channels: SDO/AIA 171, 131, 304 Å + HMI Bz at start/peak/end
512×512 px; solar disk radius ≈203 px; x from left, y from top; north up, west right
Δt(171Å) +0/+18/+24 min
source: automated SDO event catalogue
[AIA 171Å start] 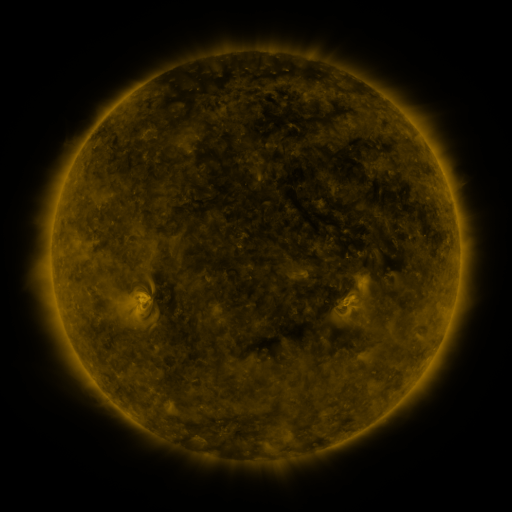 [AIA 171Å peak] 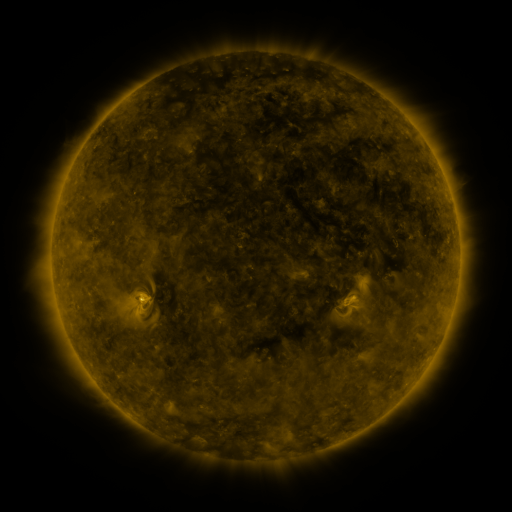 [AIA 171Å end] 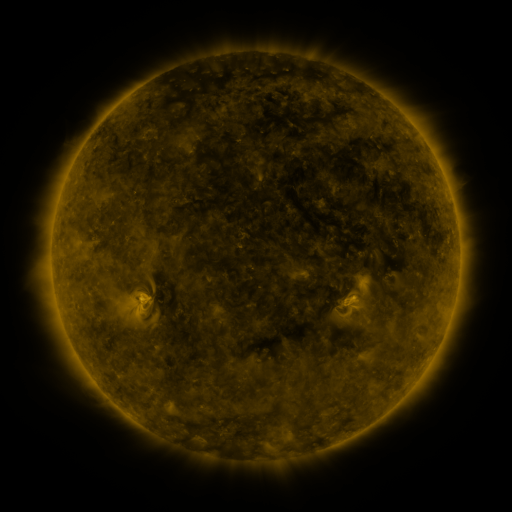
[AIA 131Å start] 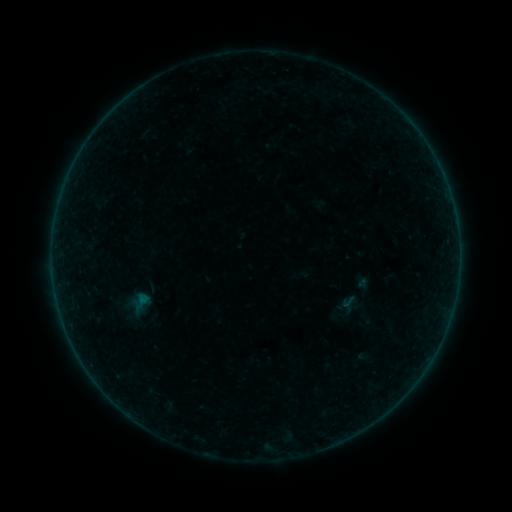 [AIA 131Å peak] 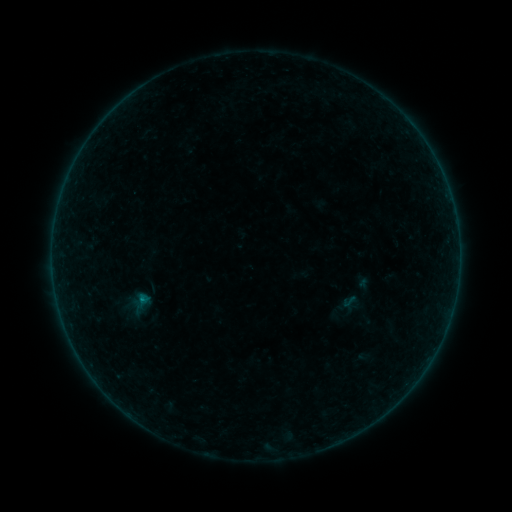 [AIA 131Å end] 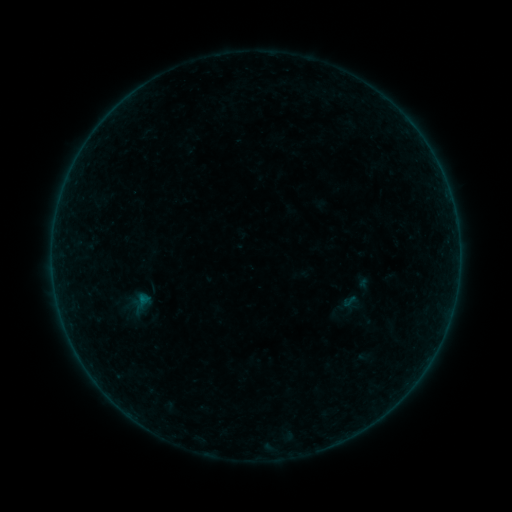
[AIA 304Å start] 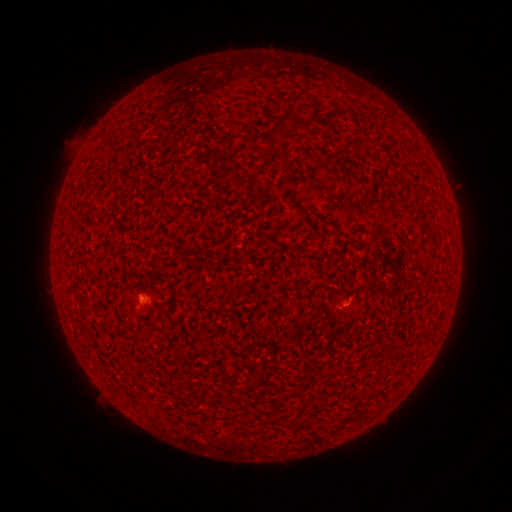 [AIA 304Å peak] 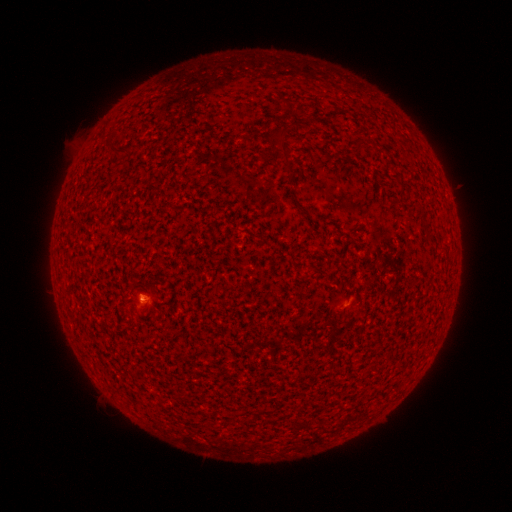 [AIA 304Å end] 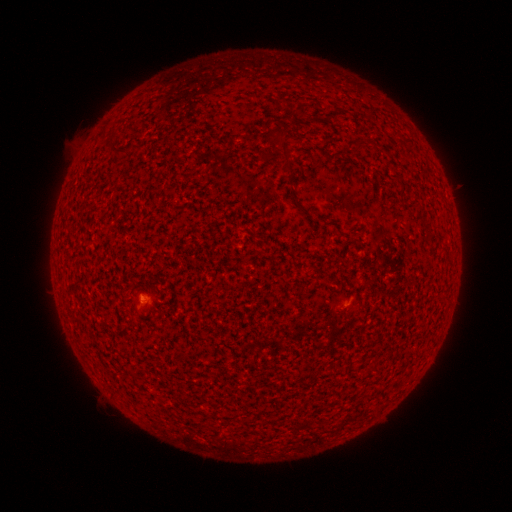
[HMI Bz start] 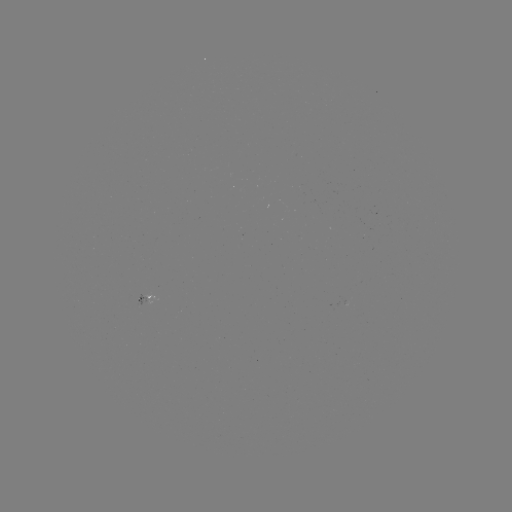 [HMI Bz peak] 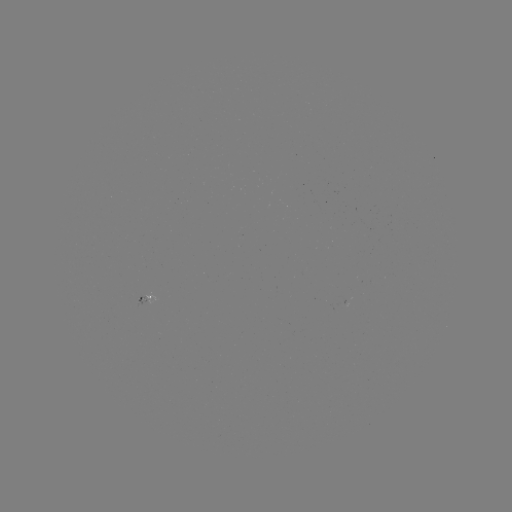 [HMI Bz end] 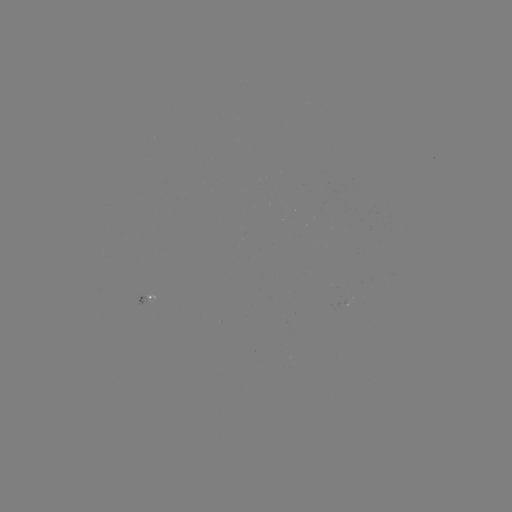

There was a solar flare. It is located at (145, 297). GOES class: A5.3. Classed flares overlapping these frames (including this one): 1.